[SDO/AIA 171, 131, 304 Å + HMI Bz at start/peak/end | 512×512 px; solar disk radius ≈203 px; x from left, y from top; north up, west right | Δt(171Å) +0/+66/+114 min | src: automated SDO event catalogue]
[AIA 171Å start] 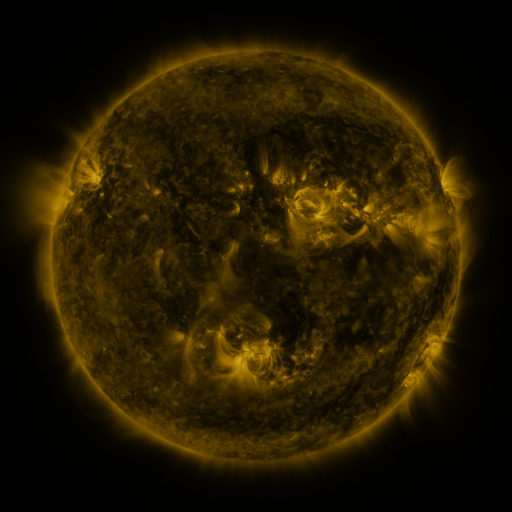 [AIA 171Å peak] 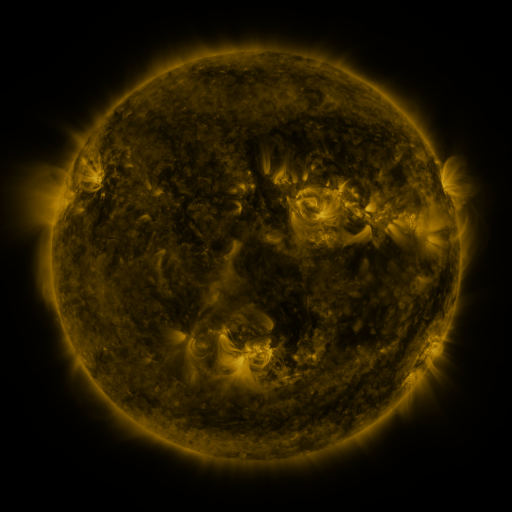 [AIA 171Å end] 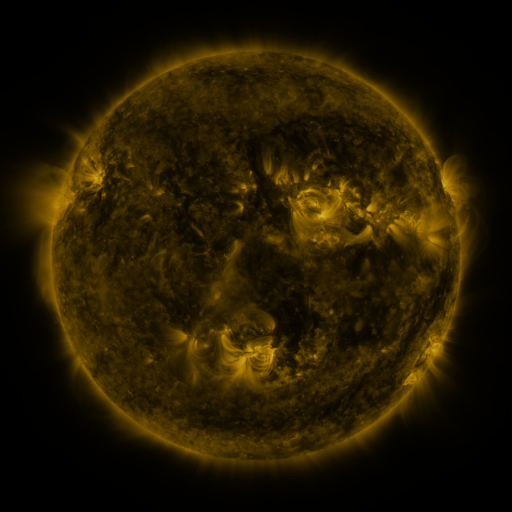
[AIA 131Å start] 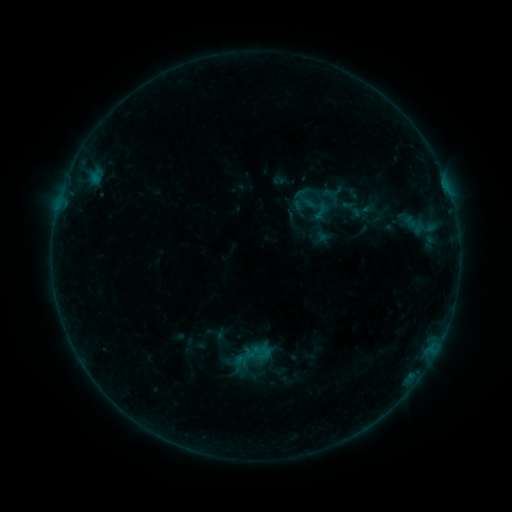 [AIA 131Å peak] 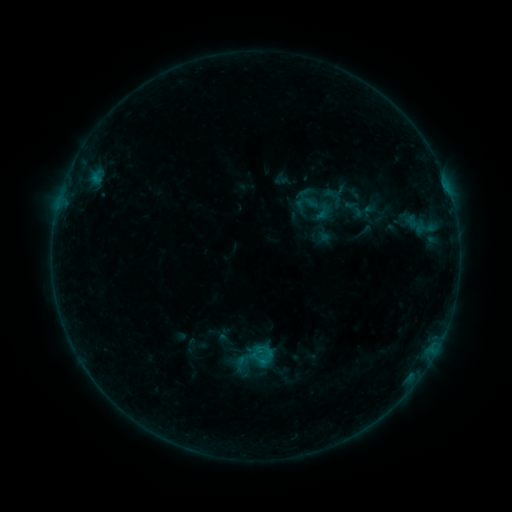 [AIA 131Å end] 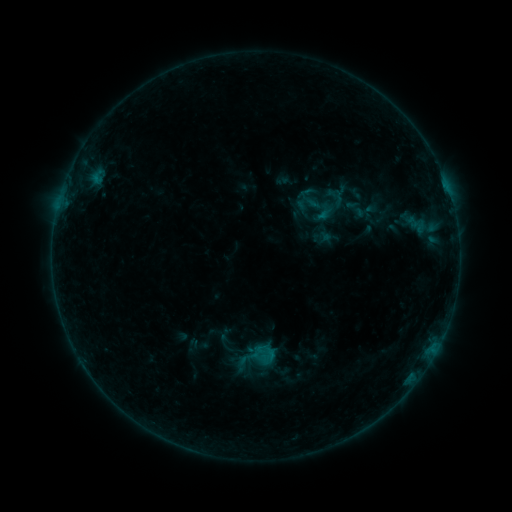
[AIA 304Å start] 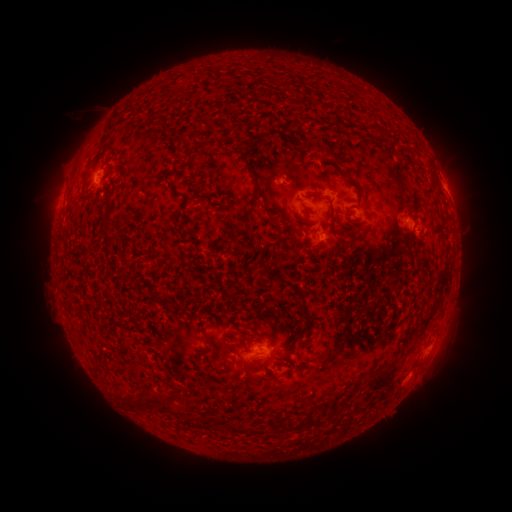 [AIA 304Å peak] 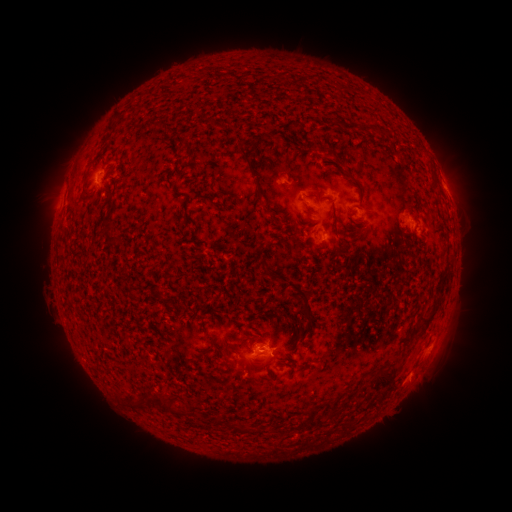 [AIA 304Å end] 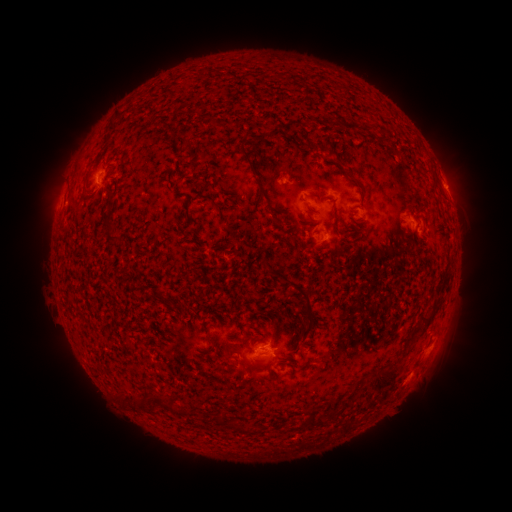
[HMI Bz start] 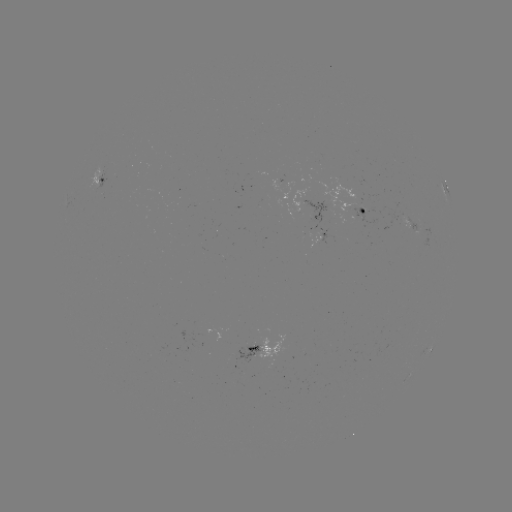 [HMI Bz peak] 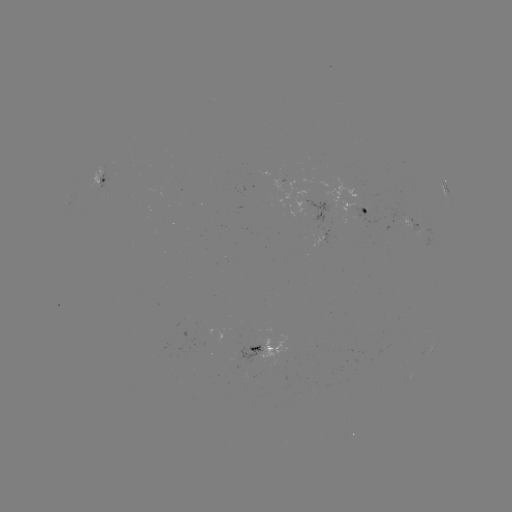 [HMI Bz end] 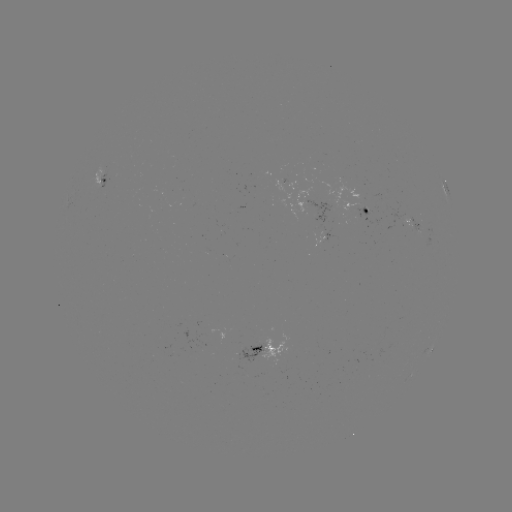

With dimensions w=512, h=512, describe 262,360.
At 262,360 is B5.2 flare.